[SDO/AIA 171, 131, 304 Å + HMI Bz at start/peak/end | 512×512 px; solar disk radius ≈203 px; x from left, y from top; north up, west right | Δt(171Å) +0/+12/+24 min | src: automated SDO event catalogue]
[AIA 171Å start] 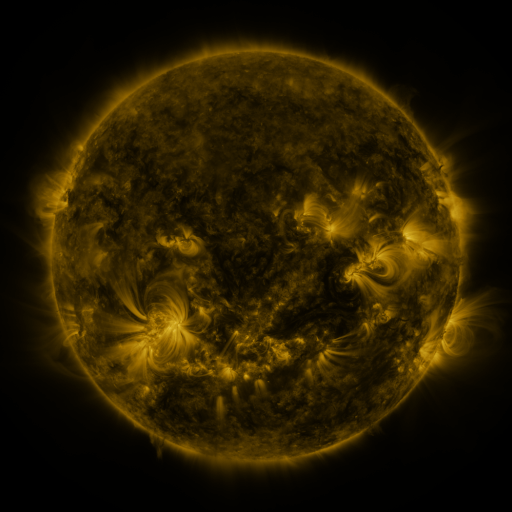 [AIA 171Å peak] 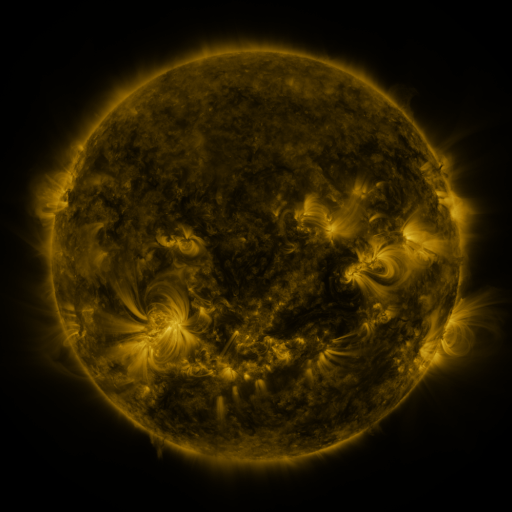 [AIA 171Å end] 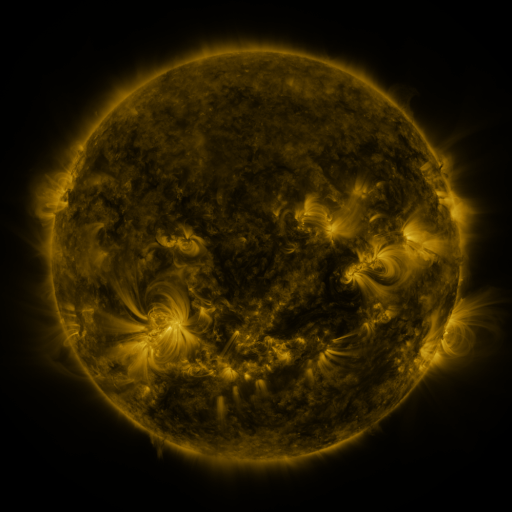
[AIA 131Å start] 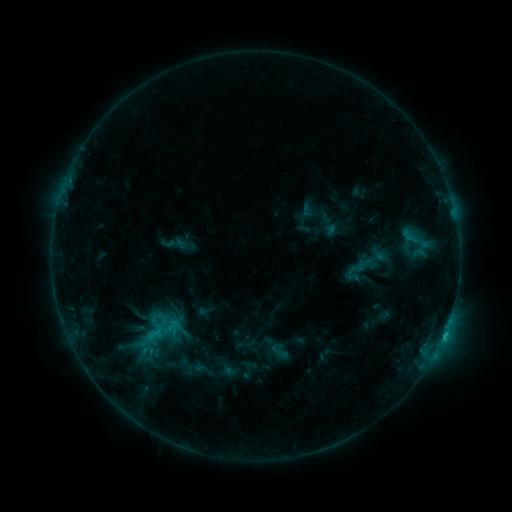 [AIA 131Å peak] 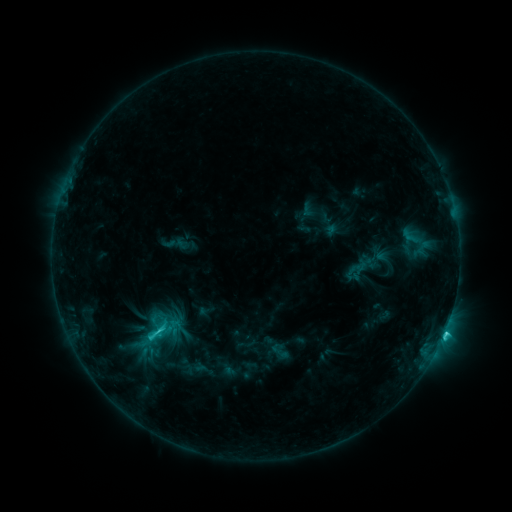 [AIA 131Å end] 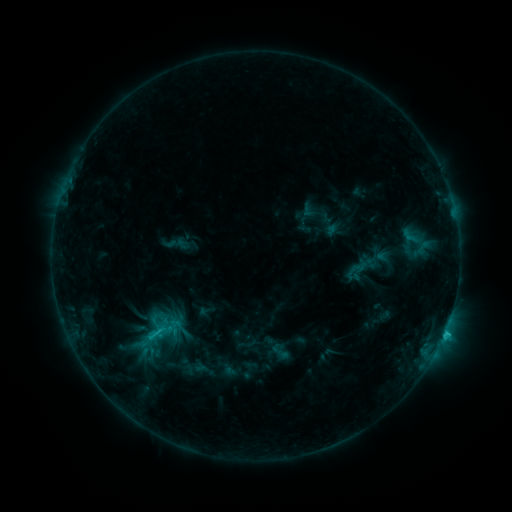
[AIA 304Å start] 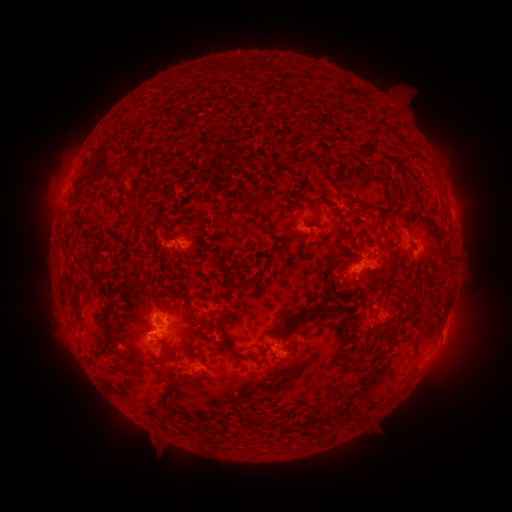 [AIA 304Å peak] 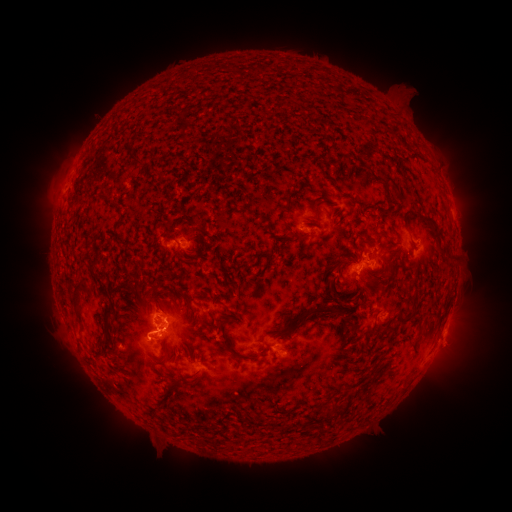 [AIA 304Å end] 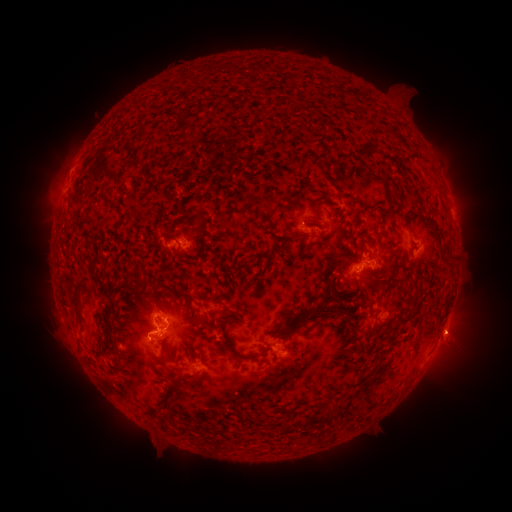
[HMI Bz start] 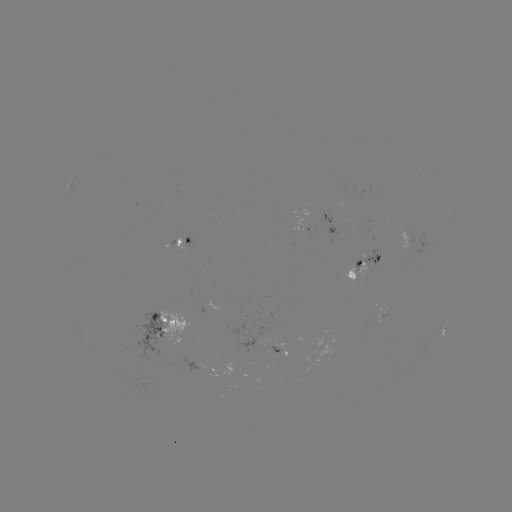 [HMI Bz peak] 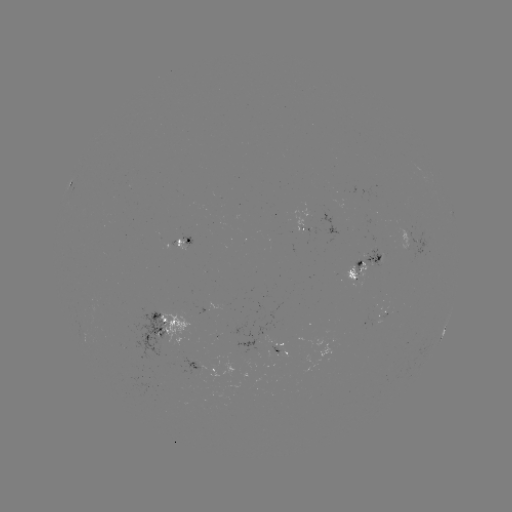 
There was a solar flare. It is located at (445, 329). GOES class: C2.9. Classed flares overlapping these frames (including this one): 1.